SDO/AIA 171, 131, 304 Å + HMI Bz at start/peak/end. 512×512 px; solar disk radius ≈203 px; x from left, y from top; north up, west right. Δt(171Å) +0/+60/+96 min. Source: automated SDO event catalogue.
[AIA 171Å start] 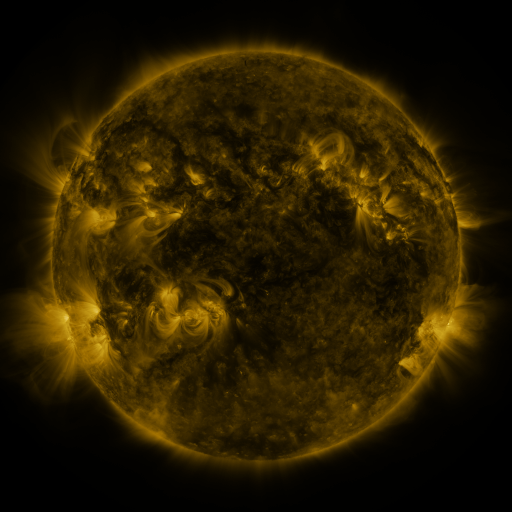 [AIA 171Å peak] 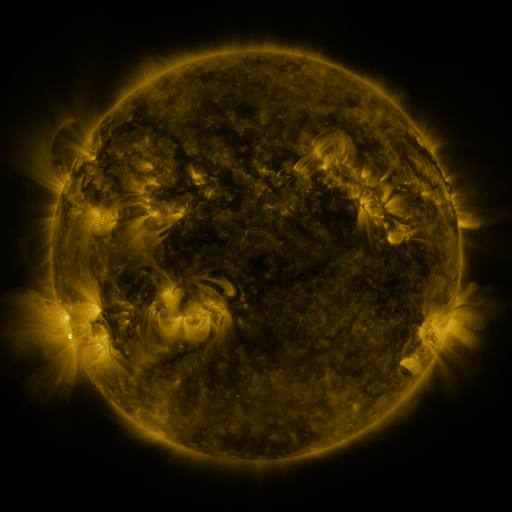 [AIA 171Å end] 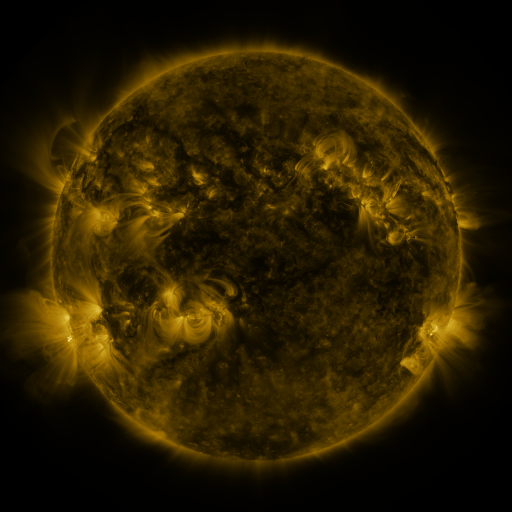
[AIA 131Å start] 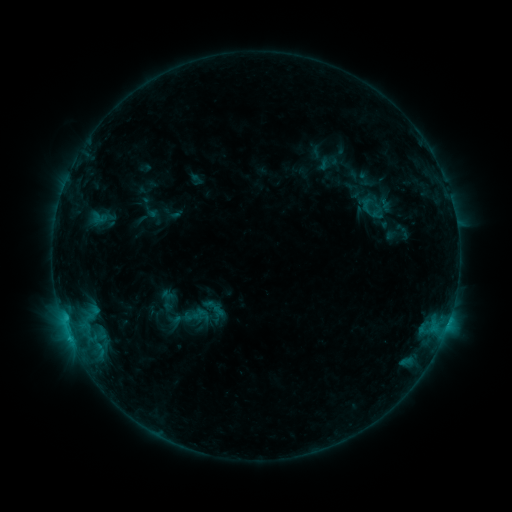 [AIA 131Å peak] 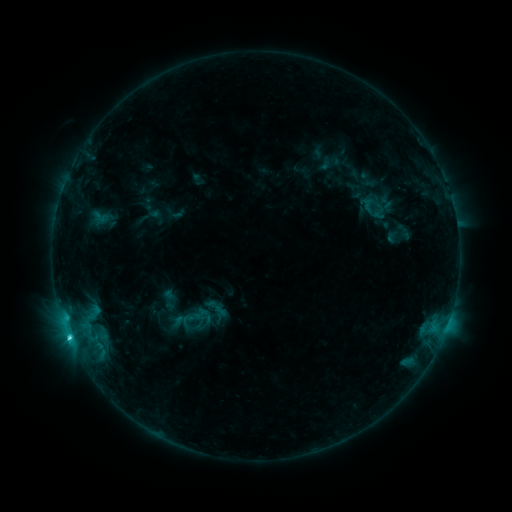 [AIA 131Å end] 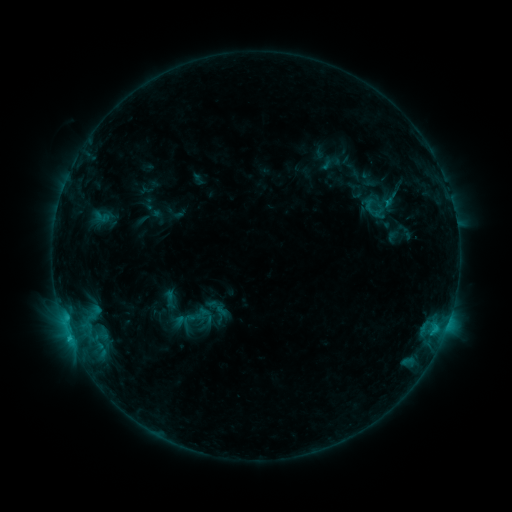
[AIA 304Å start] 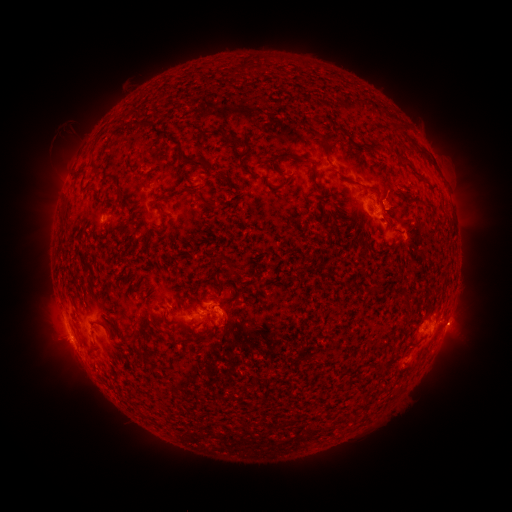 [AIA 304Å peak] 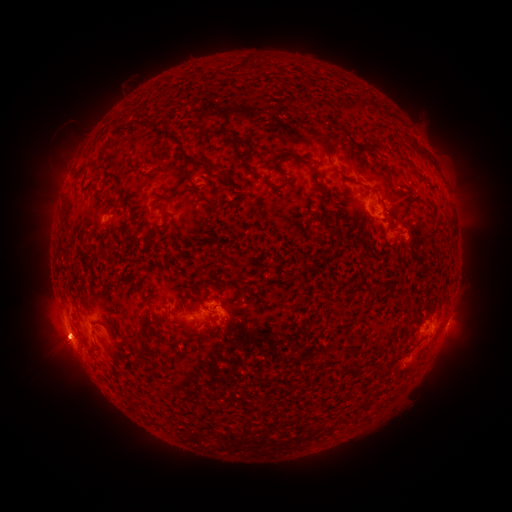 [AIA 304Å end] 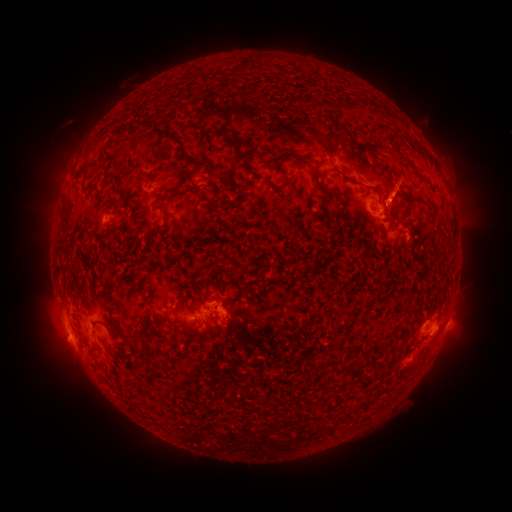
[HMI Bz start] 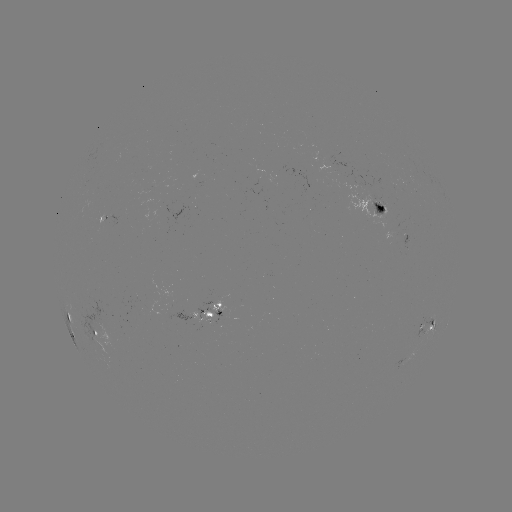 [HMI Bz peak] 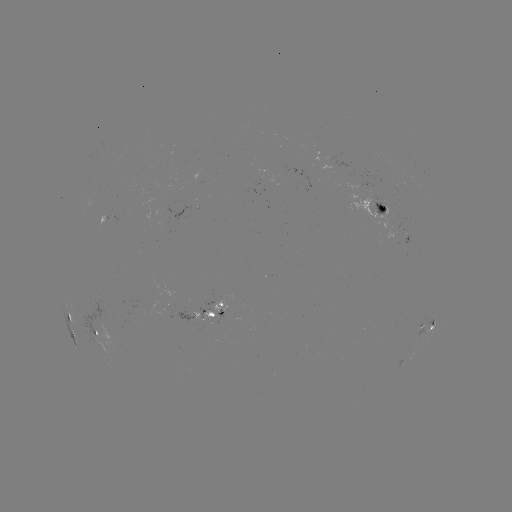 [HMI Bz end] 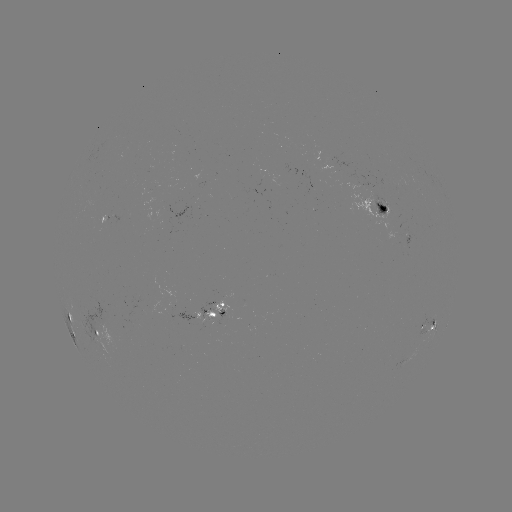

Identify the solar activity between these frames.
emerging-flux region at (224, 316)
